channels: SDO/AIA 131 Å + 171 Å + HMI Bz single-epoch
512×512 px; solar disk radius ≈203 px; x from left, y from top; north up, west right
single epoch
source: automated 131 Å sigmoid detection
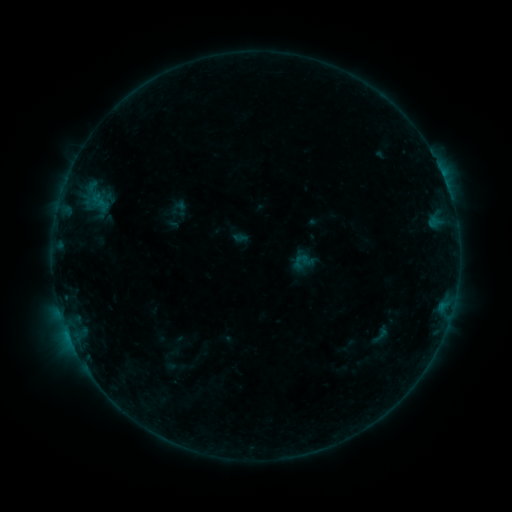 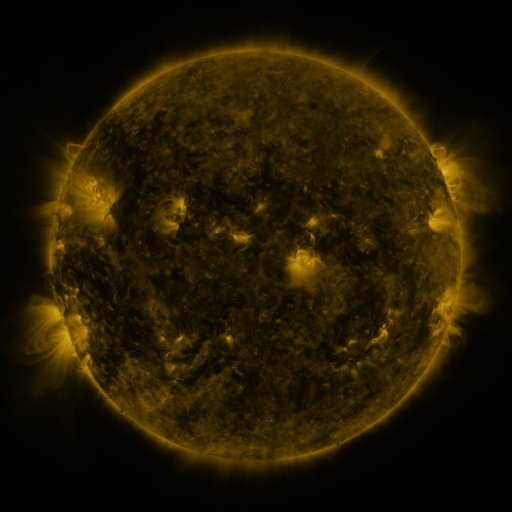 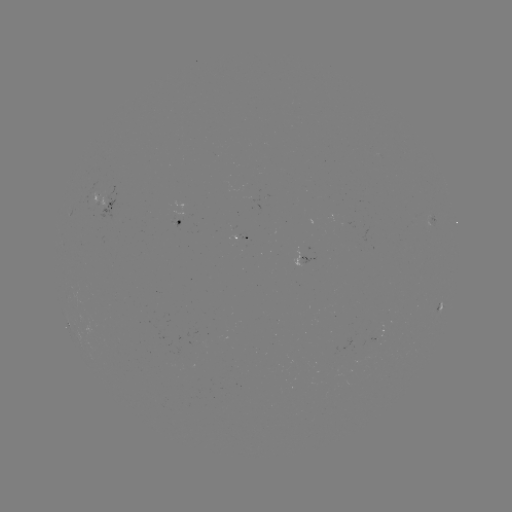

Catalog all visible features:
sigmoid: <bbox>291, 250, 315, 273</bbox>
sigmoid: <bbox>371, 324, 391, 345</bbox>
